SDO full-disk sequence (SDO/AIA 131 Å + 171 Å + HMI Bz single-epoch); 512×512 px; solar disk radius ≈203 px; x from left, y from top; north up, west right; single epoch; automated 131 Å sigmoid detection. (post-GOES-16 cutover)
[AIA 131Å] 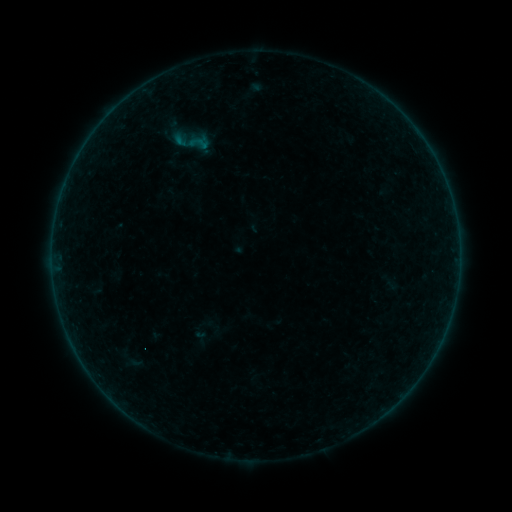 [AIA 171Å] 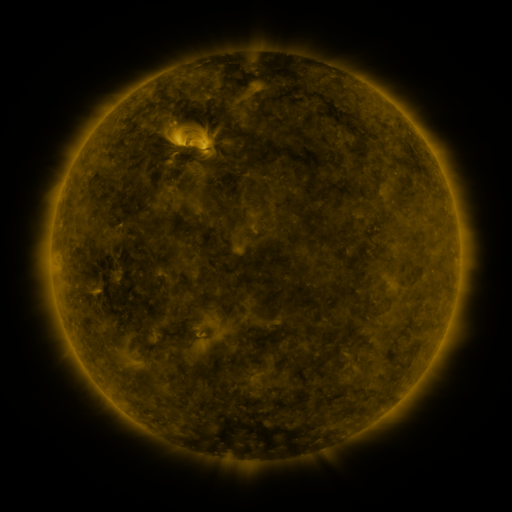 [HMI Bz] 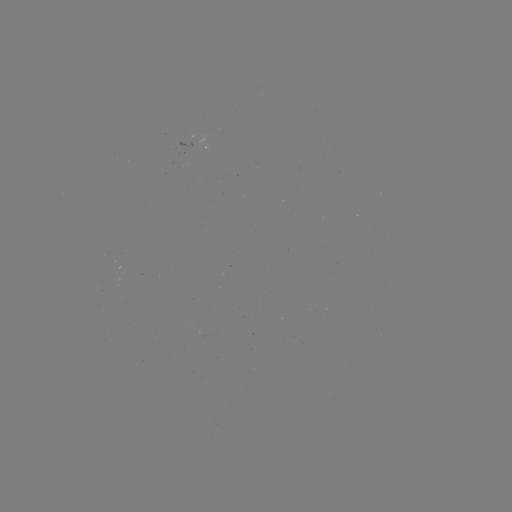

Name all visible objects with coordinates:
sigmoid: (199, 143)
